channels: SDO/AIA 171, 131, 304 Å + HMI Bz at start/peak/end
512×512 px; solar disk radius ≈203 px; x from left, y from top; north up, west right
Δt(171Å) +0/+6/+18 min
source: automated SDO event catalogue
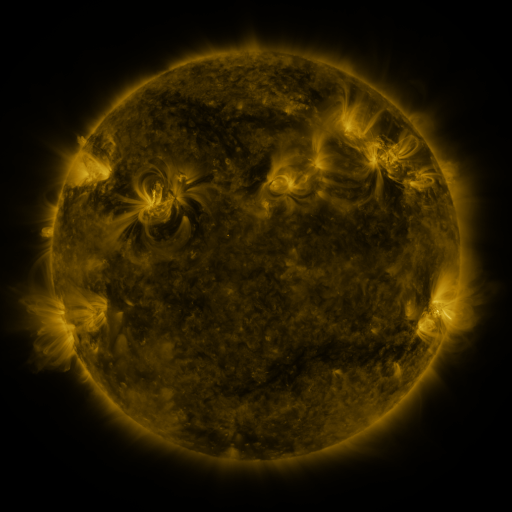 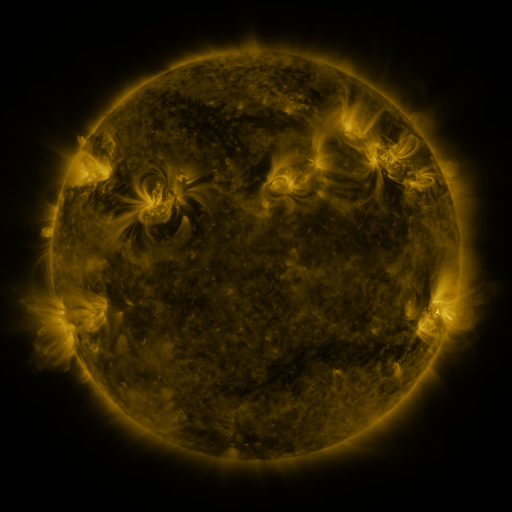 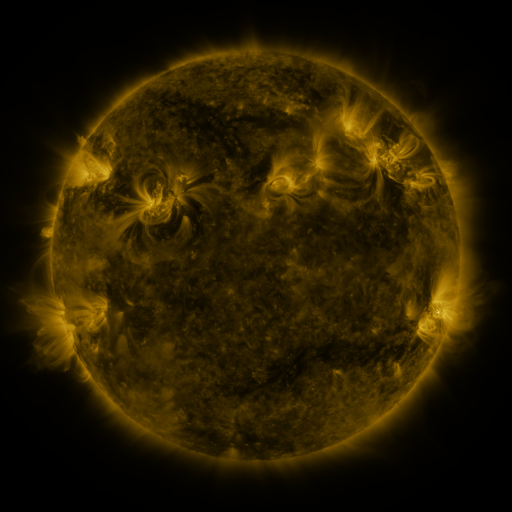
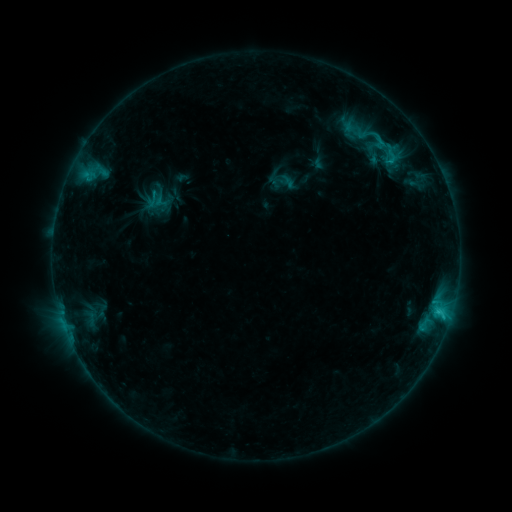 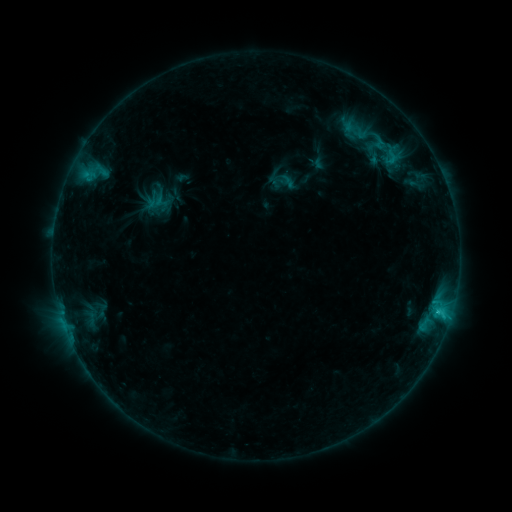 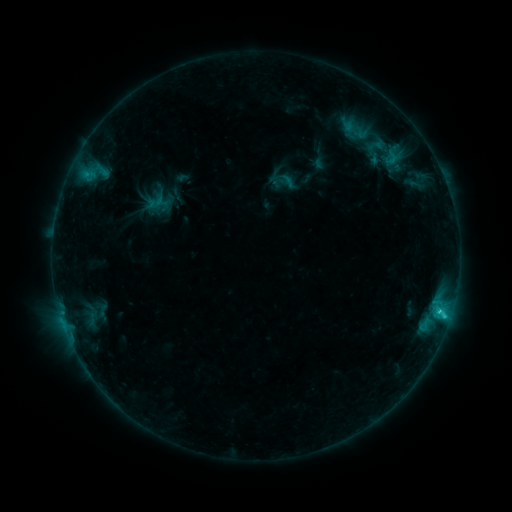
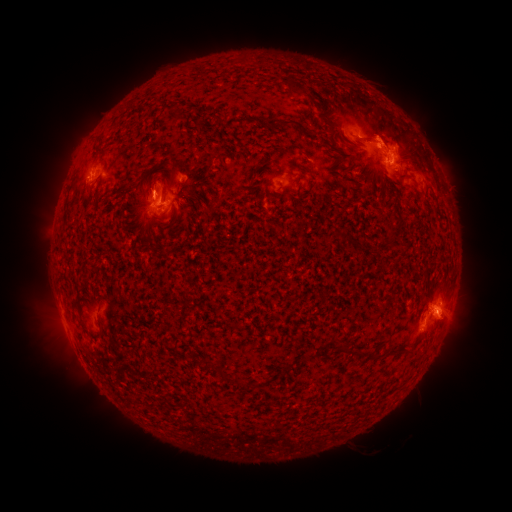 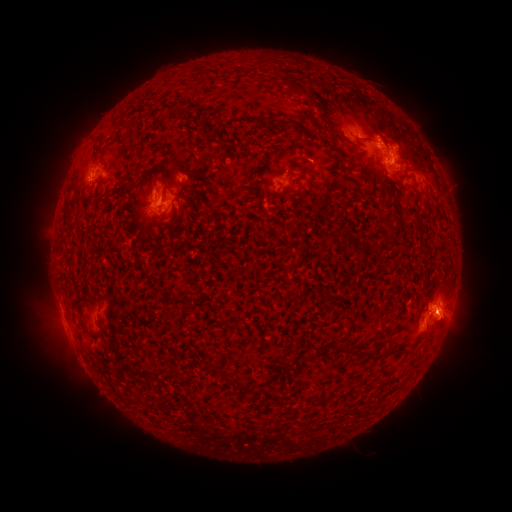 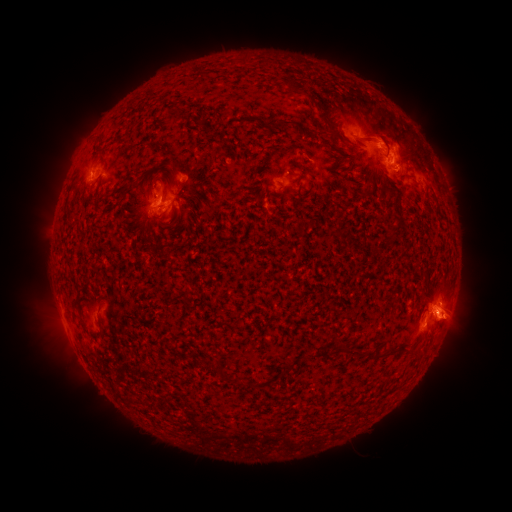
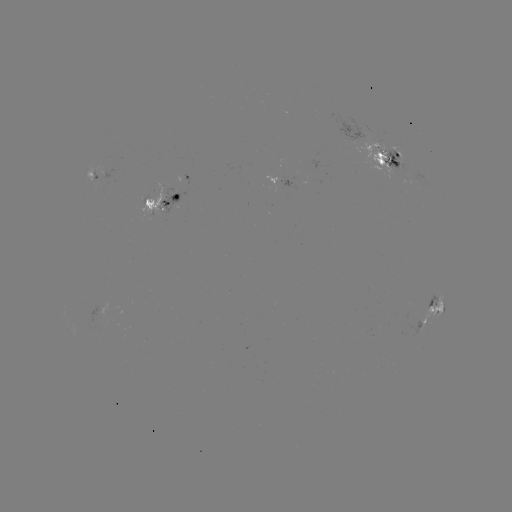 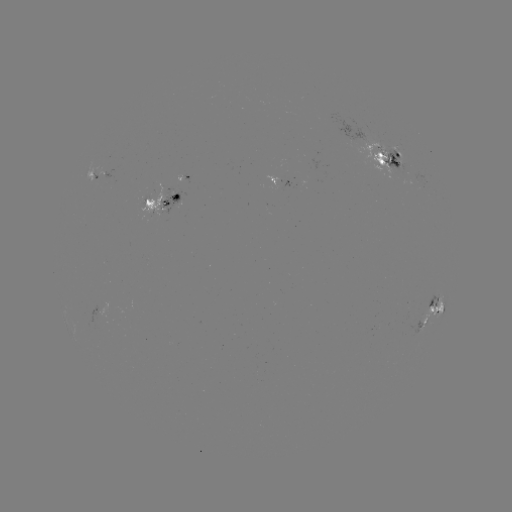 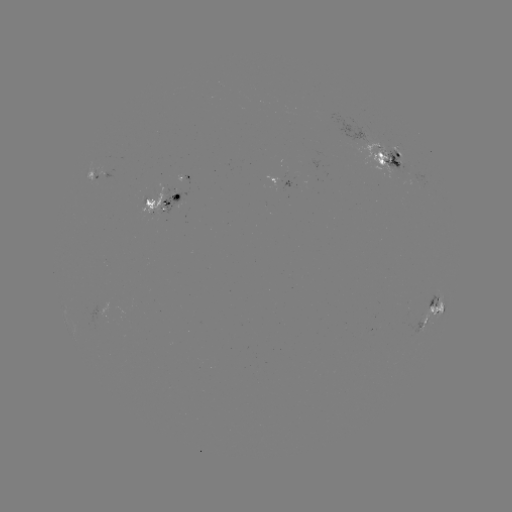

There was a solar eruption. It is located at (456, 323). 